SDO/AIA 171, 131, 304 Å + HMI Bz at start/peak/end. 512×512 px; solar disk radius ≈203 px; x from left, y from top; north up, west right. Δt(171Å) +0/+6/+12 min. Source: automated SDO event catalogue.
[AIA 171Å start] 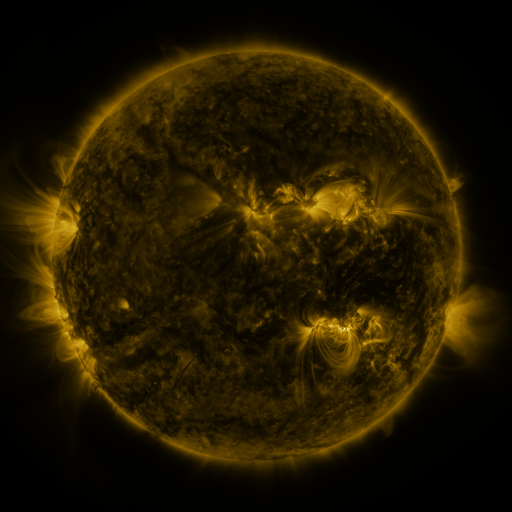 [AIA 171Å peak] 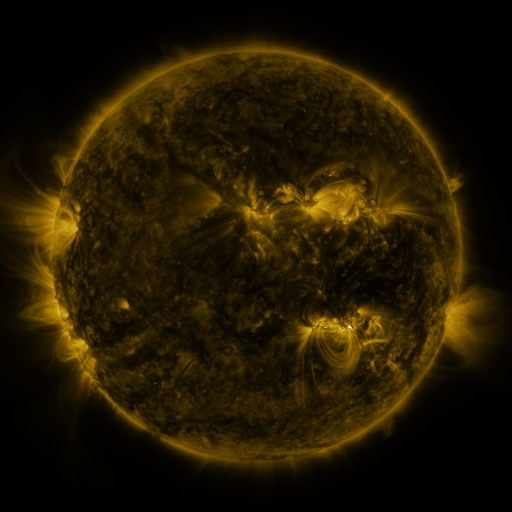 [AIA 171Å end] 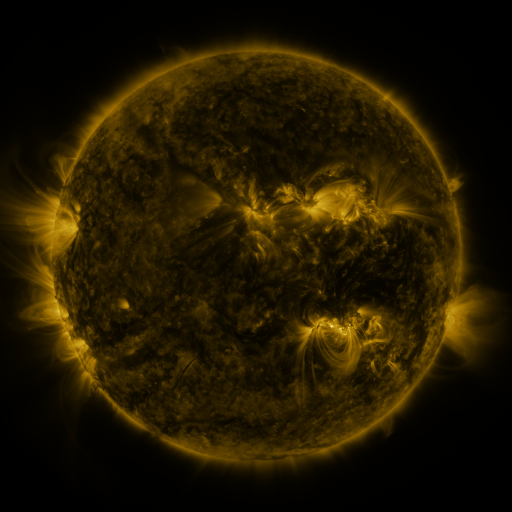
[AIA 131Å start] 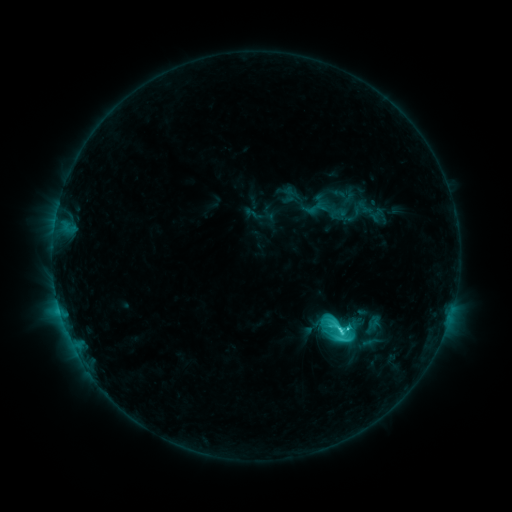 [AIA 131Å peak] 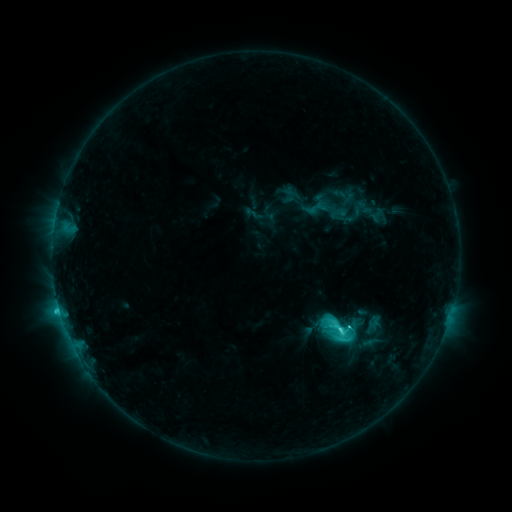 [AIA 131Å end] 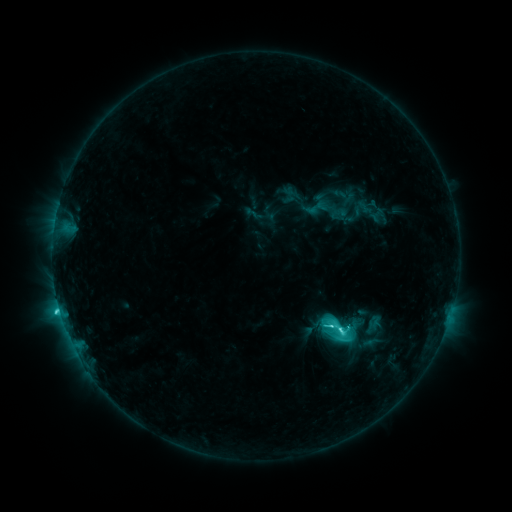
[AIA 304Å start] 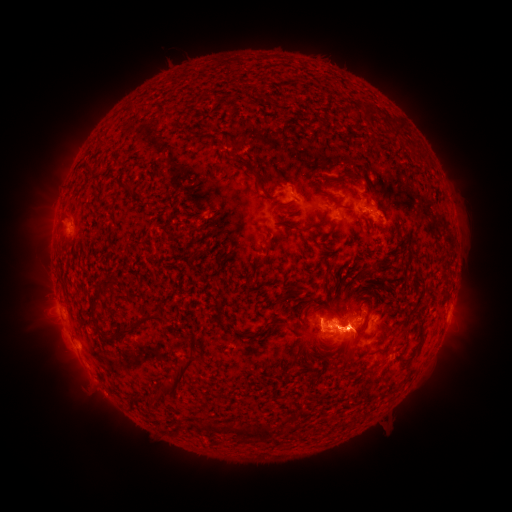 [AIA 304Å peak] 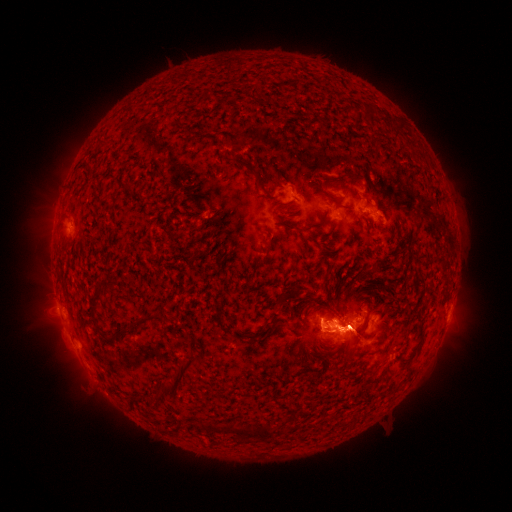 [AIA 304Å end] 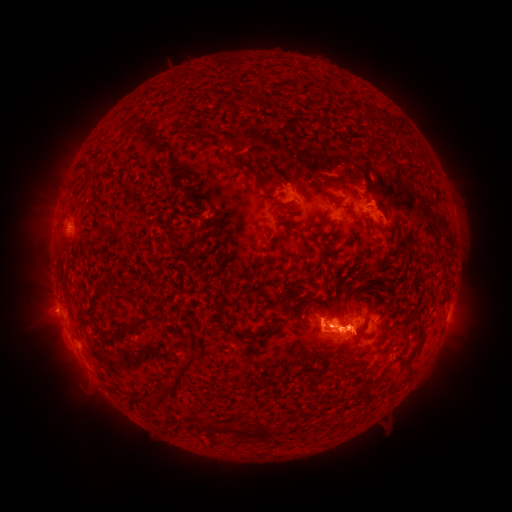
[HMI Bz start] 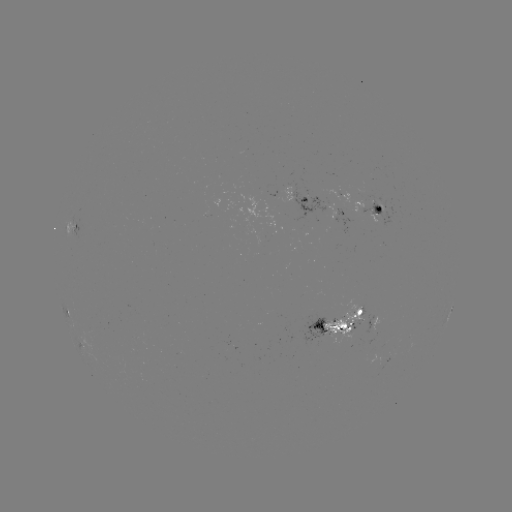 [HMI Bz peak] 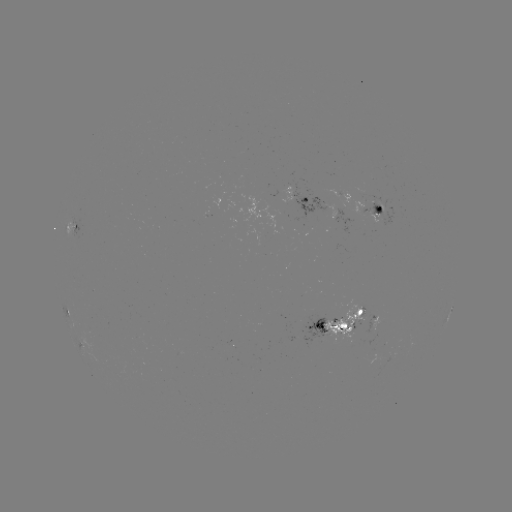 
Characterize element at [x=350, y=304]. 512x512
eruption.